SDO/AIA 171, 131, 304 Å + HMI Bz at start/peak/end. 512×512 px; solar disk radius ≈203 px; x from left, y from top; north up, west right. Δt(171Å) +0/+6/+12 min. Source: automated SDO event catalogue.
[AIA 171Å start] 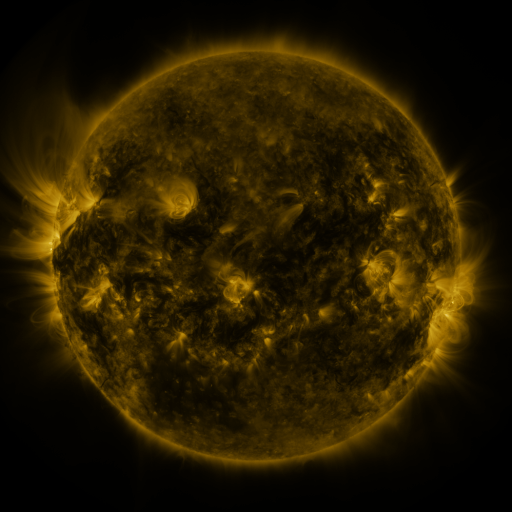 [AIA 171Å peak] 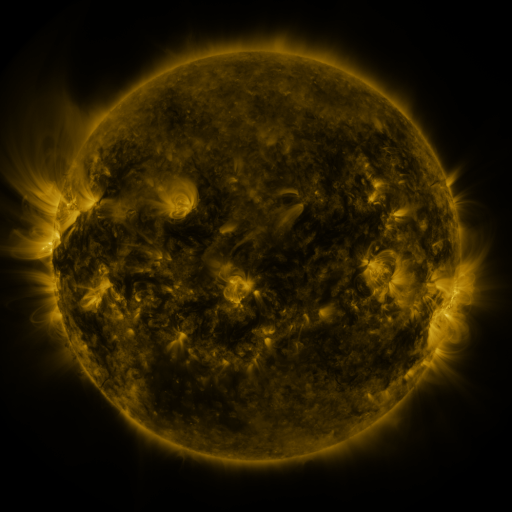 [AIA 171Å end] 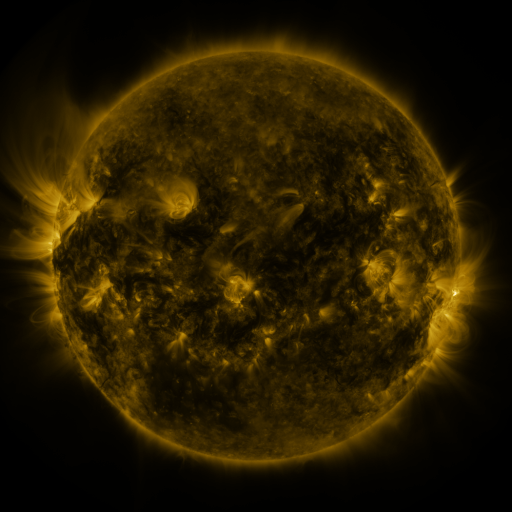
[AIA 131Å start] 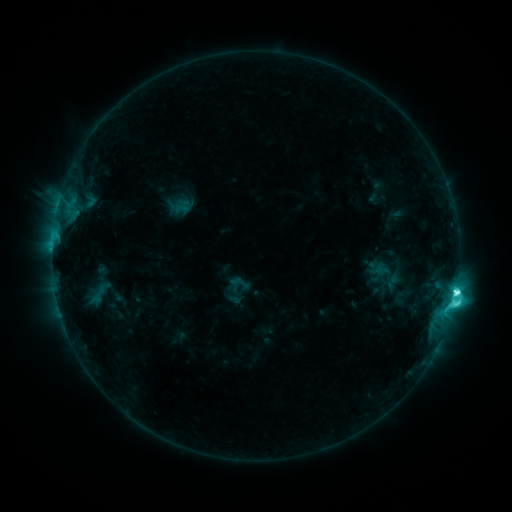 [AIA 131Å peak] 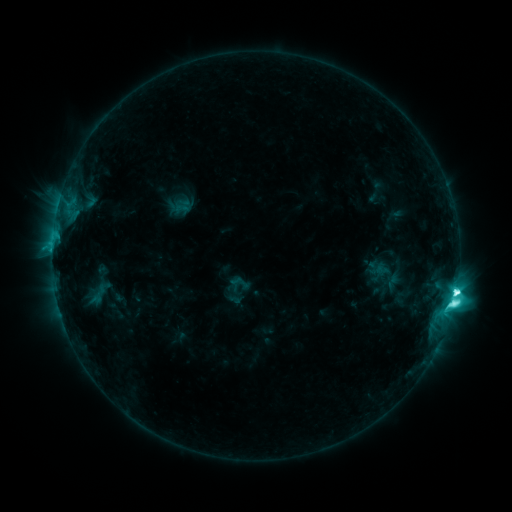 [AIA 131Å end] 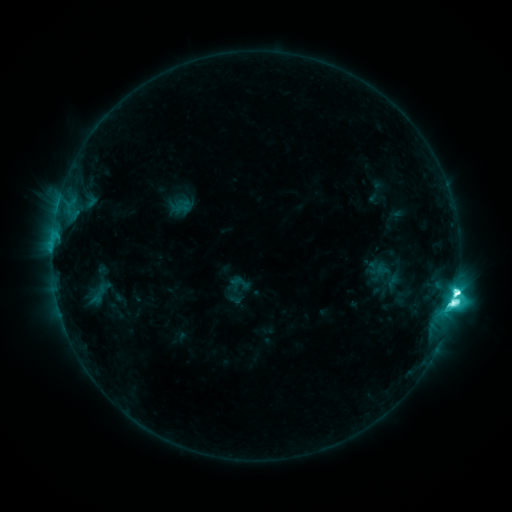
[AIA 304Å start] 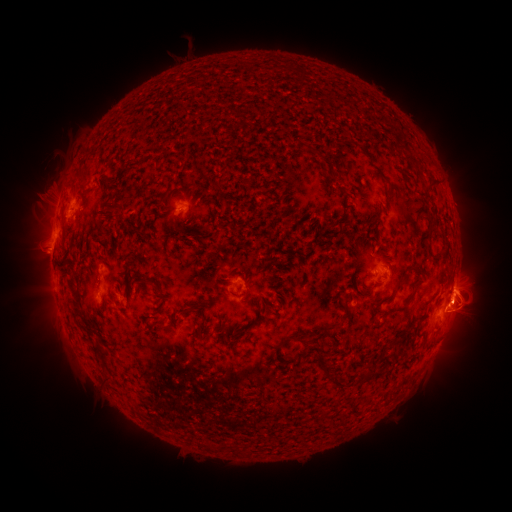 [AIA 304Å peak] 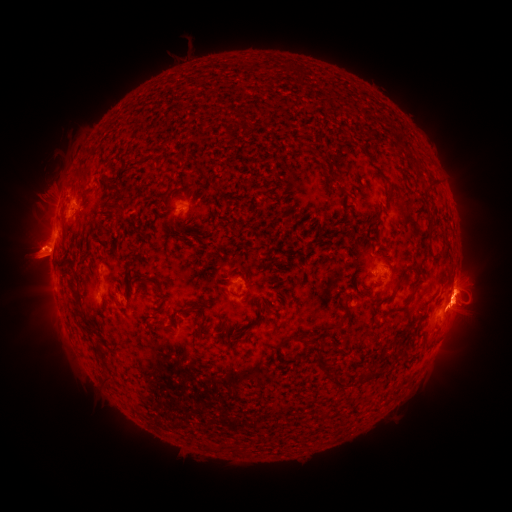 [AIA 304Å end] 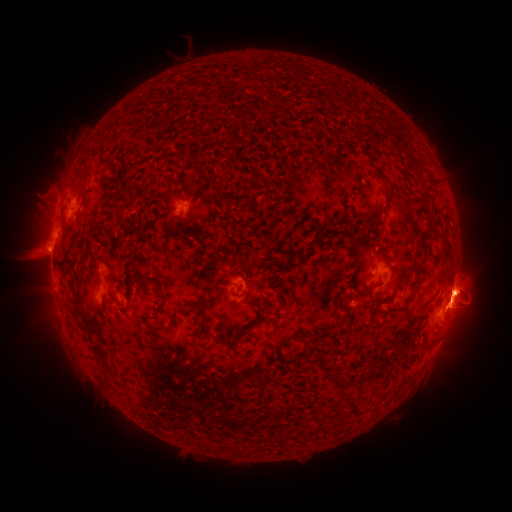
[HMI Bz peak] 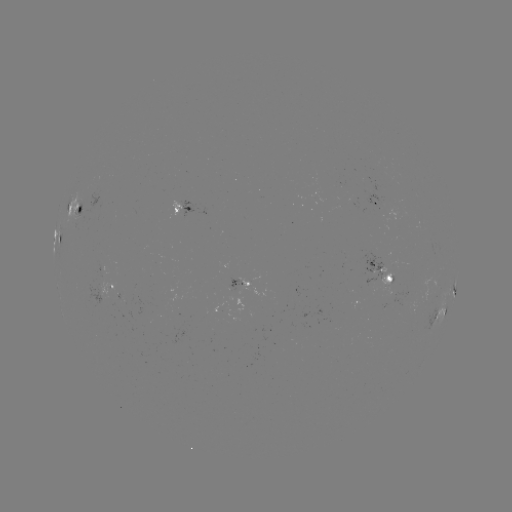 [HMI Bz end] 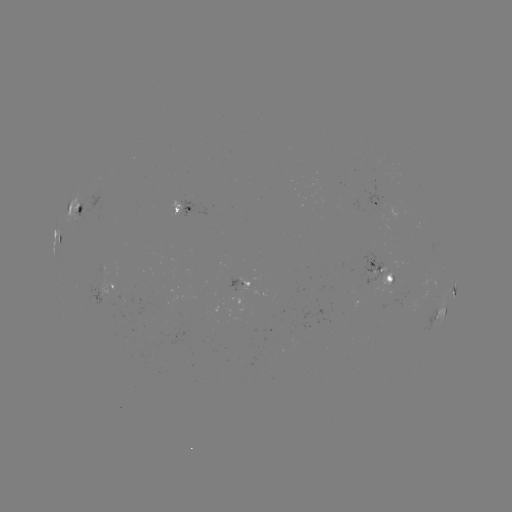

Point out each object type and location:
eruption: (33, 262)
